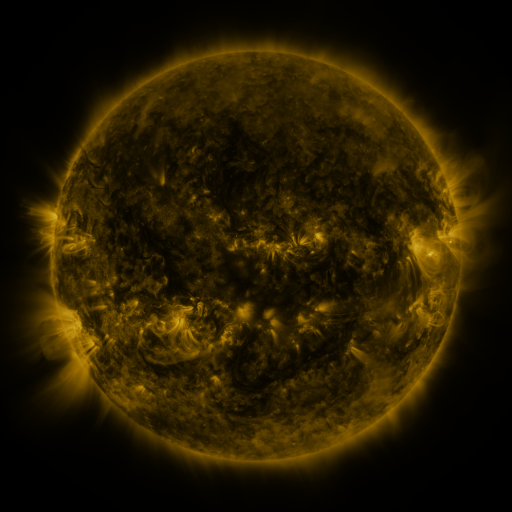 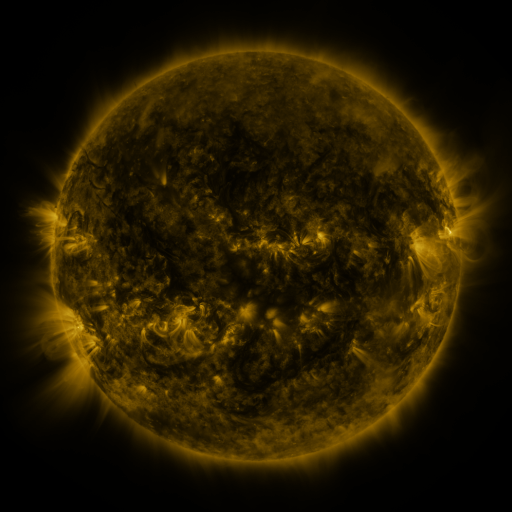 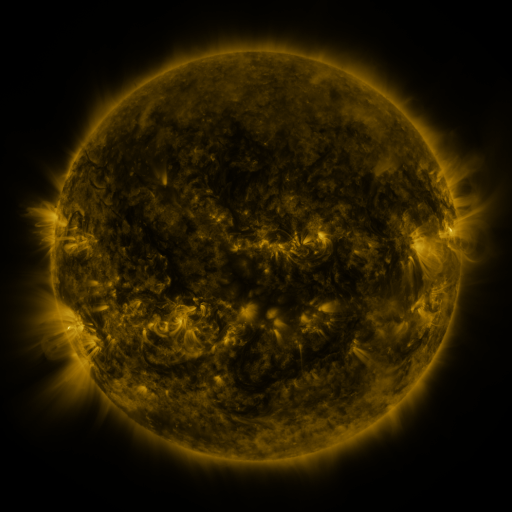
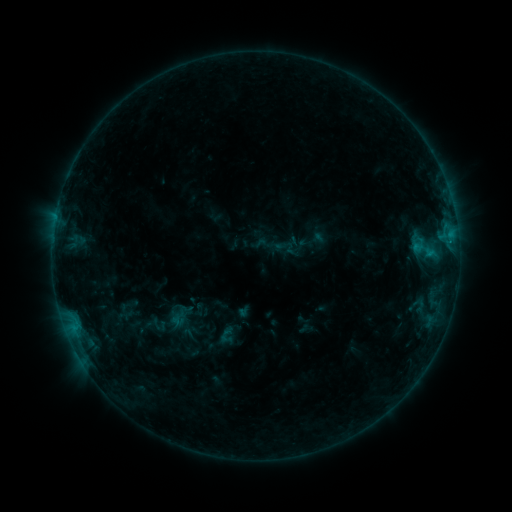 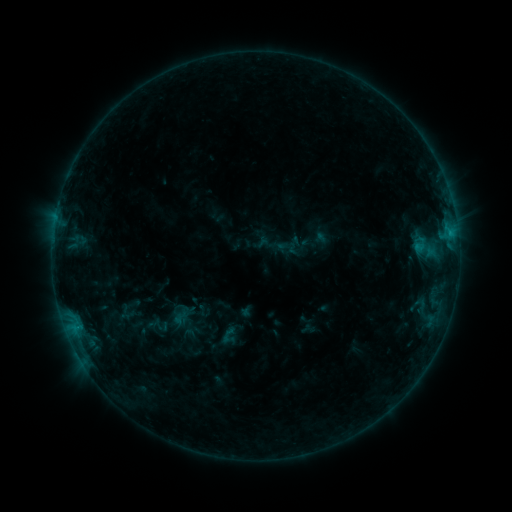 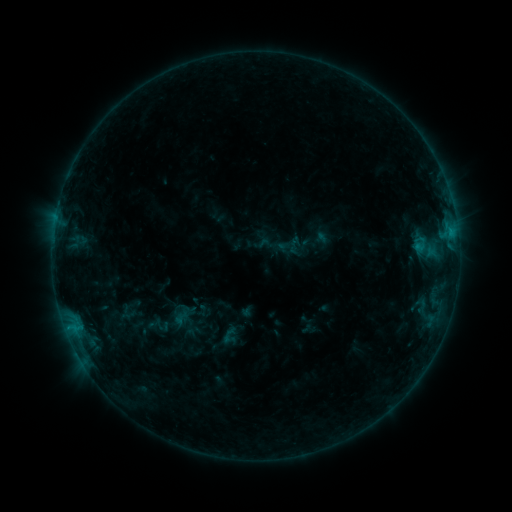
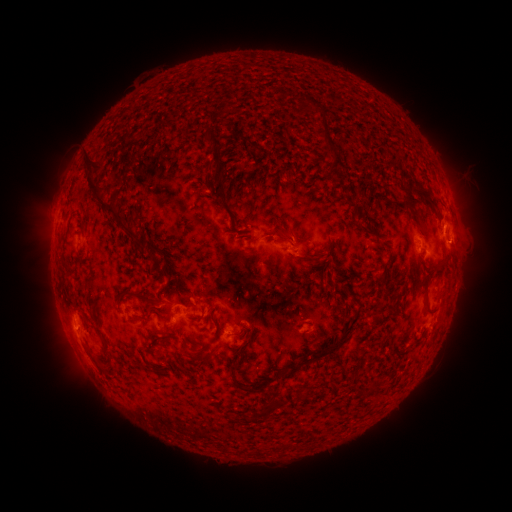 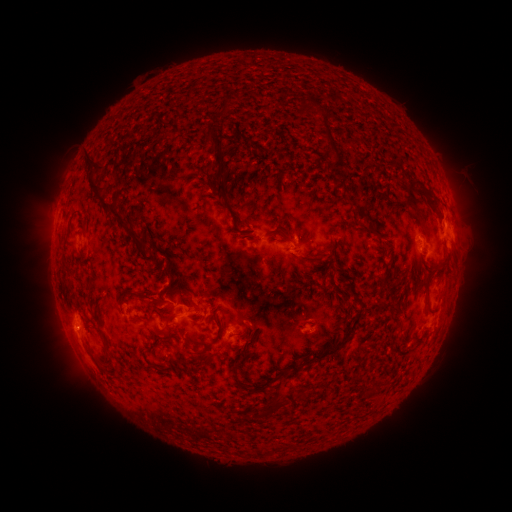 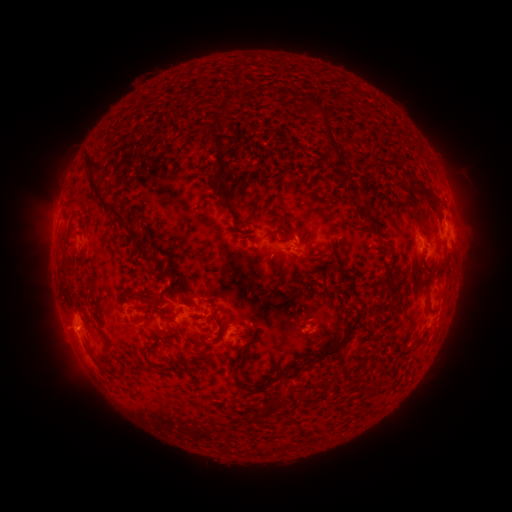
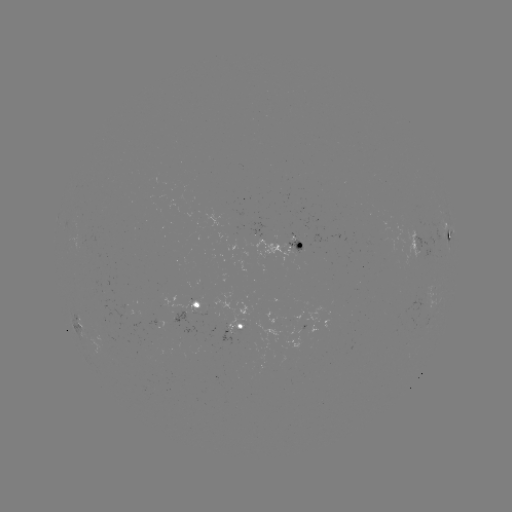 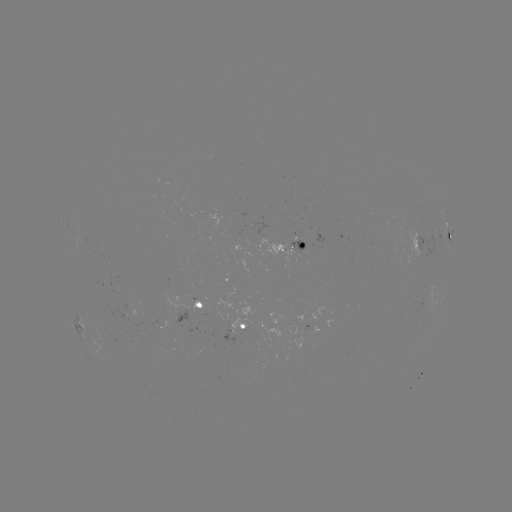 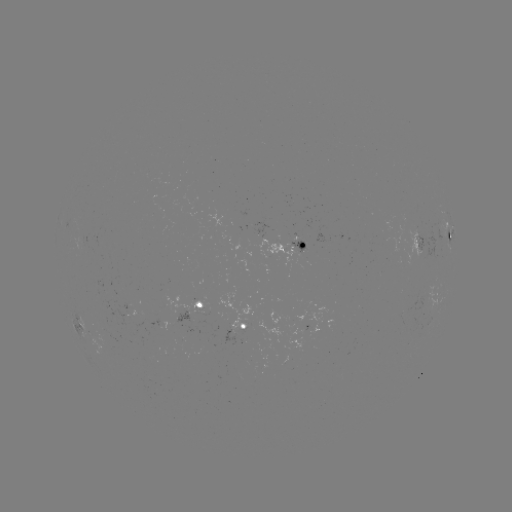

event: emerging-flux region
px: (293, 245)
